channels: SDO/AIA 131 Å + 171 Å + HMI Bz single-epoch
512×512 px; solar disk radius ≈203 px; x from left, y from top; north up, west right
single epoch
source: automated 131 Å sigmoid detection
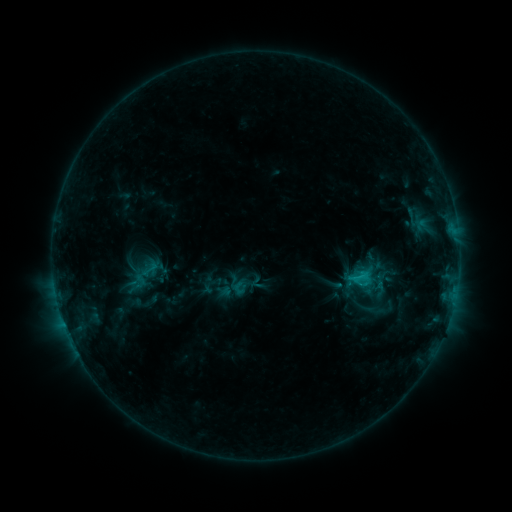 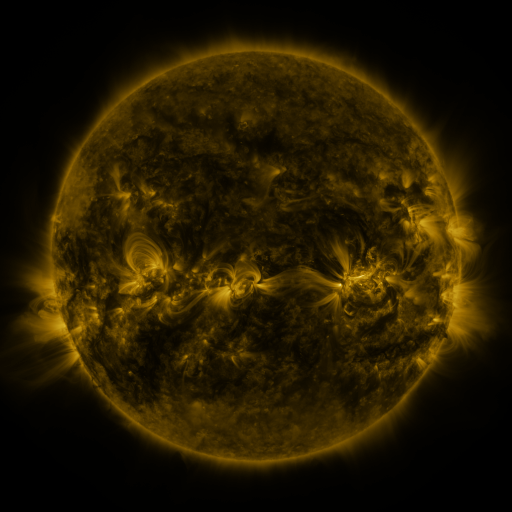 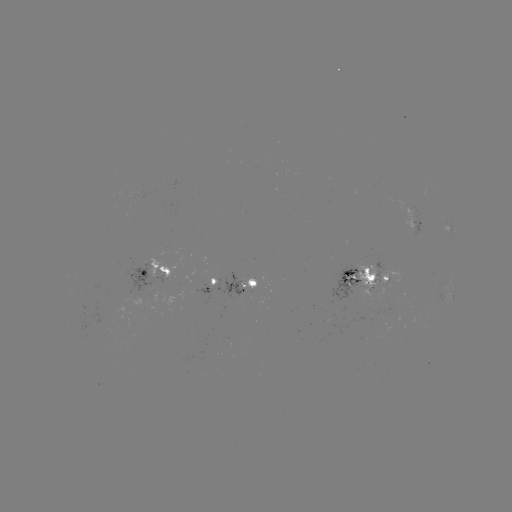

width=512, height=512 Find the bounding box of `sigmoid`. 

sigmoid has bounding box [139, 260, 161, 278].